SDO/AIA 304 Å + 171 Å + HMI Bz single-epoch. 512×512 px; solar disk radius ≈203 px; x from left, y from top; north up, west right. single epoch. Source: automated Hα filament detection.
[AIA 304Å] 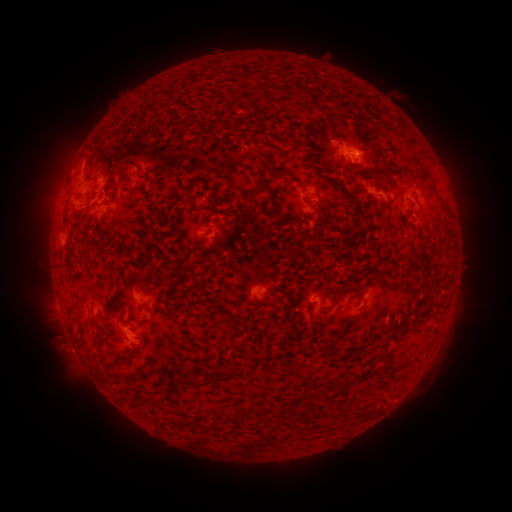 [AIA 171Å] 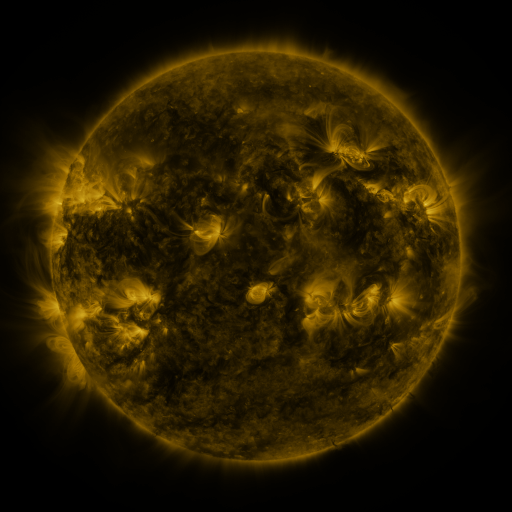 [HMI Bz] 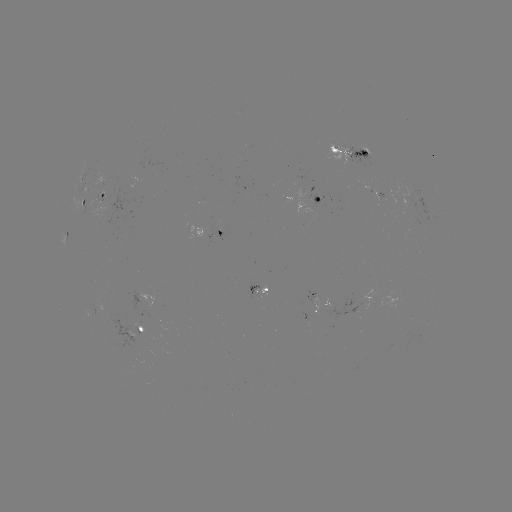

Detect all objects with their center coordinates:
filament: (256, 89)
filament: (300, 90)
filament: (279, 92)
filament: (329, 137)
filament: (246, 144)
filament: (278, 170)
filament: (373, 176)
filament: (385, 179)
filament: (122, 180)
filament: (303, 184)
filament: (136, 191)
filament: (269, 191)
filament: (352, 200)
filament: (243, 201)
filament: (213, 204)
filament: (268, 205)
filament: (213, 211)
filament: (184, 213)
filament: (155, 216)
filament: (280, 219)
filament: (306, 219)
filament: (218, 225)
filament: (175, 226)
filament: (252, 234)
filament: (423, 235)
filament: (111, 237)
filament: (221, 242)
filament: (90, 248)
filament: (152, 274)
filament: (133, 276)
filament: (193, 279)
filament: (105, 283)
filament: (288, 289)
filament: (129, 303)
filament: (256, 309)
filament: (171, 311)
filament: (229, 313)
filament: (146, 322)
filament: (345, 330)
filament: (122, 364)
filament: (392, 365)
filament: (344, 367)
filament: (377, 370)
filament: (227, 375)
filament: (188, 382)
filament: (297, 397)
filament: (273, 412)
